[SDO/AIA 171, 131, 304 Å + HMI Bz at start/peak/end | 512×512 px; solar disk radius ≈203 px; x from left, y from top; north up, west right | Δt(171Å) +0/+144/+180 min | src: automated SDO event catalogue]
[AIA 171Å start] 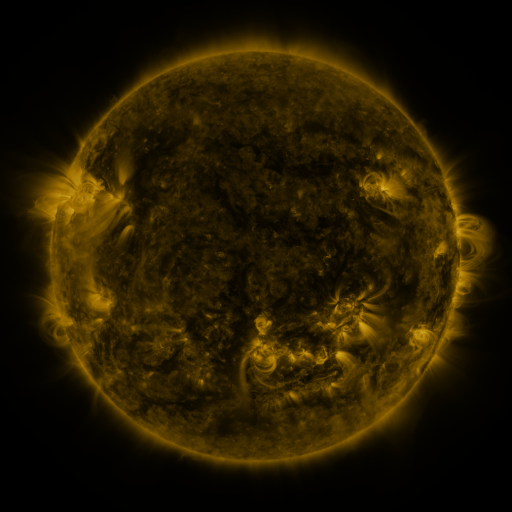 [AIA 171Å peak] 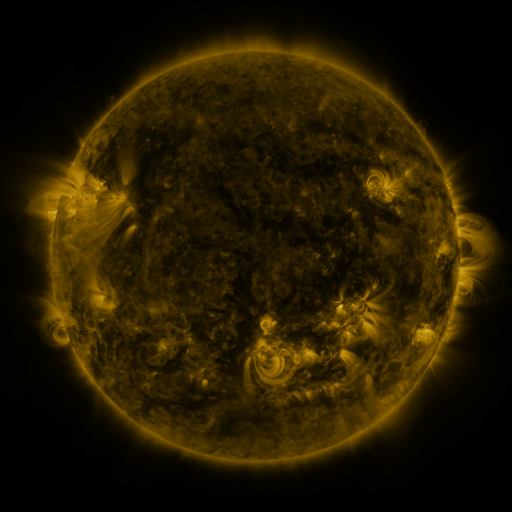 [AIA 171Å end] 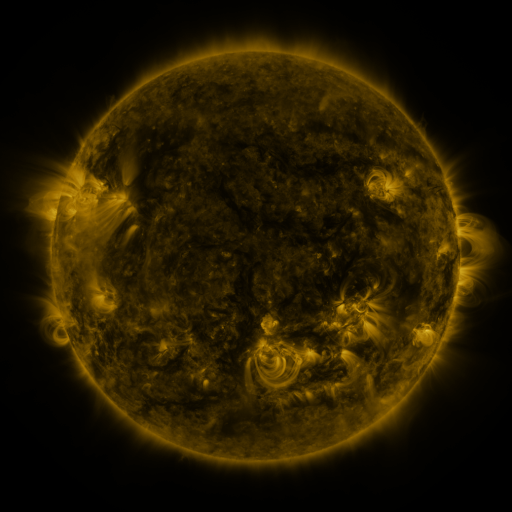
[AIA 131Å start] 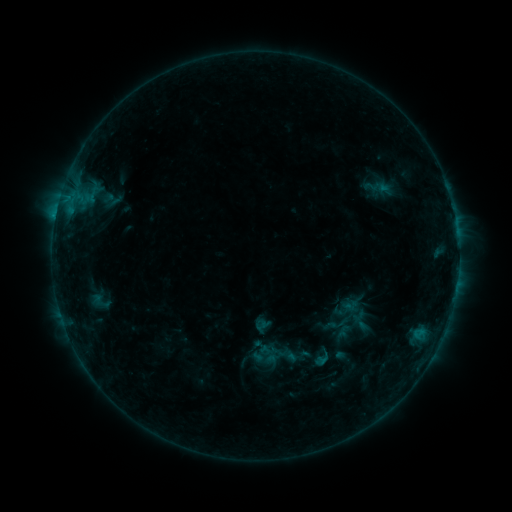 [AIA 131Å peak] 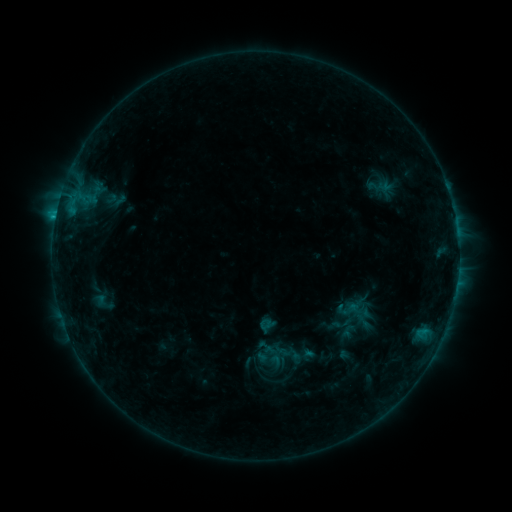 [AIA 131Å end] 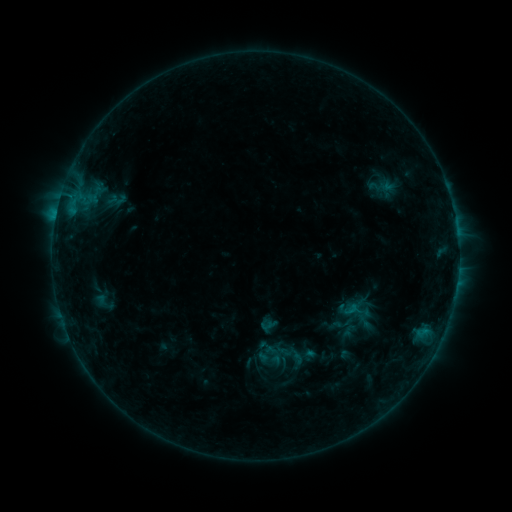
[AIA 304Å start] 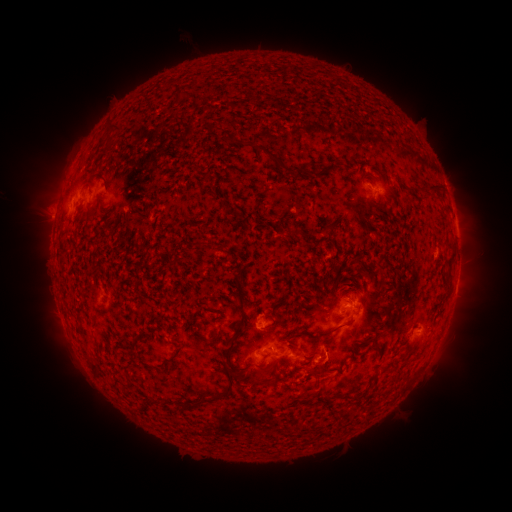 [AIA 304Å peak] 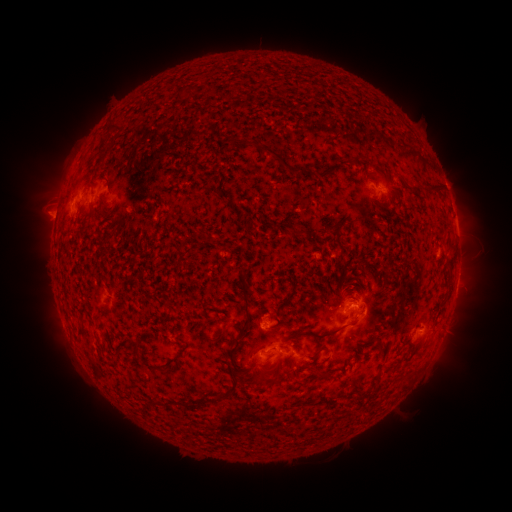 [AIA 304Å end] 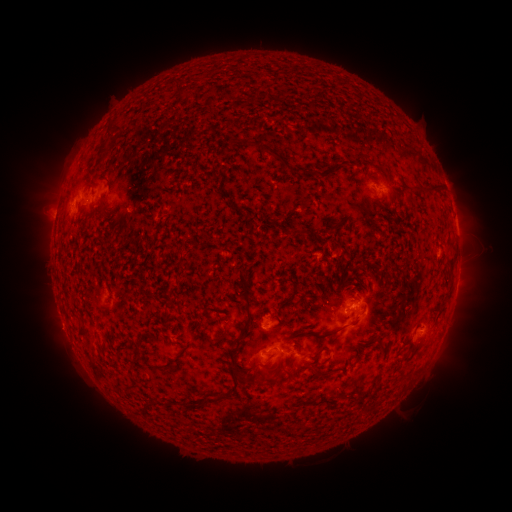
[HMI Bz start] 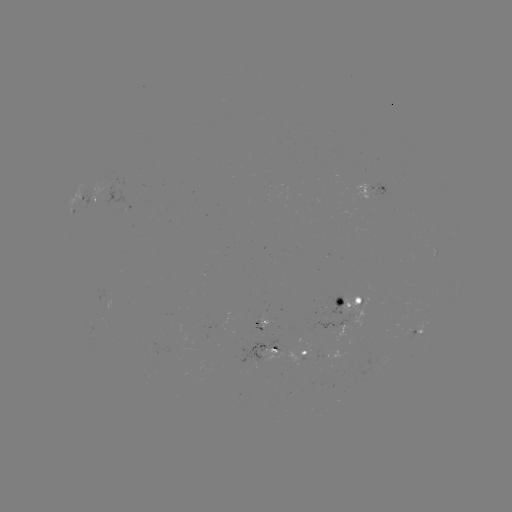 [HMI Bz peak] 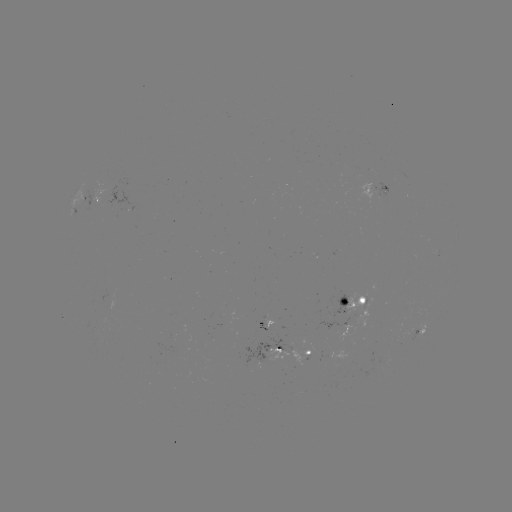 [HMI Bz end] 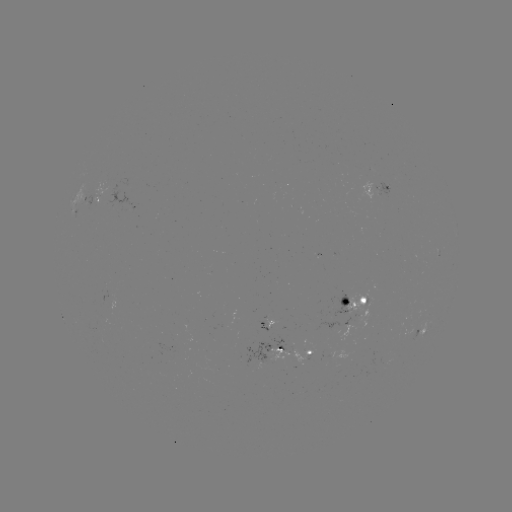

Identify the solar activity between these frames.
emerging-flux region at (324, 360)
